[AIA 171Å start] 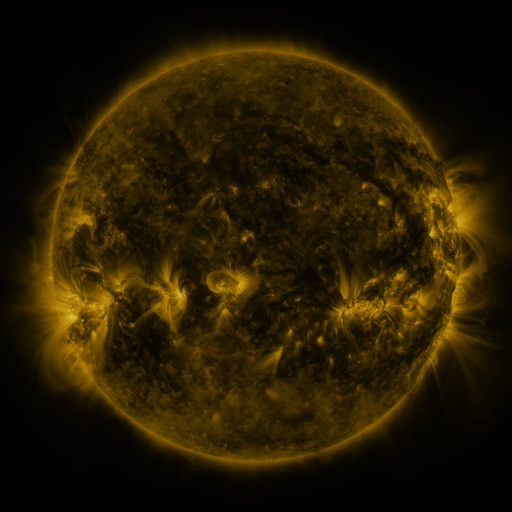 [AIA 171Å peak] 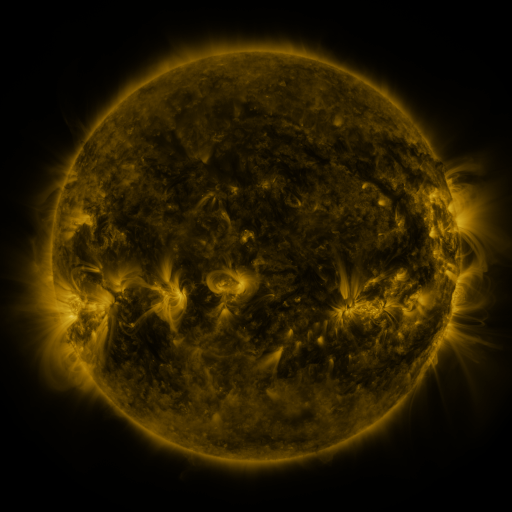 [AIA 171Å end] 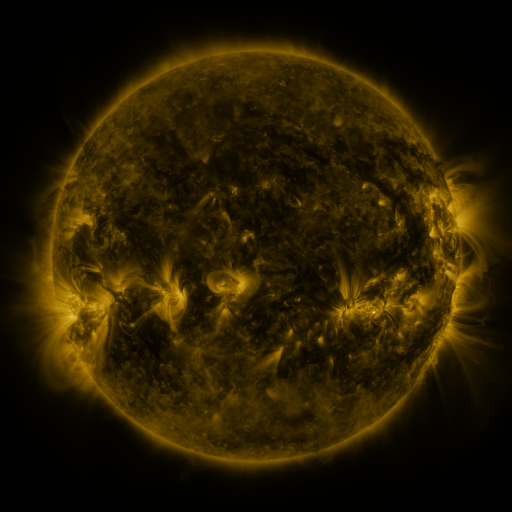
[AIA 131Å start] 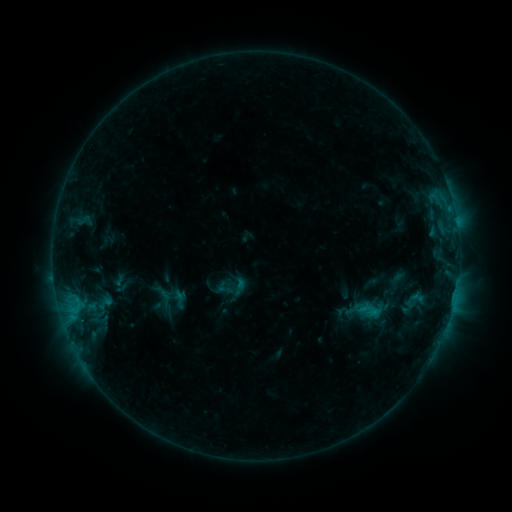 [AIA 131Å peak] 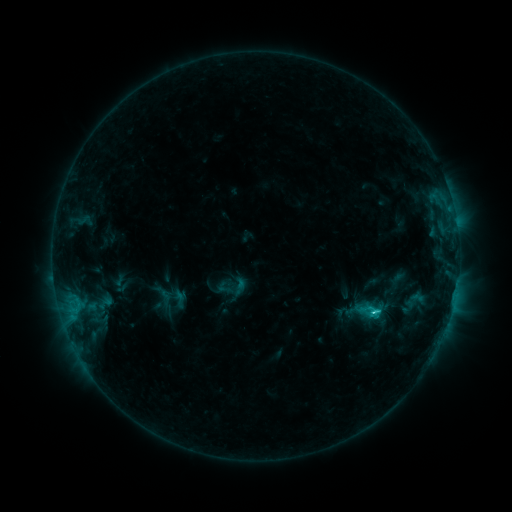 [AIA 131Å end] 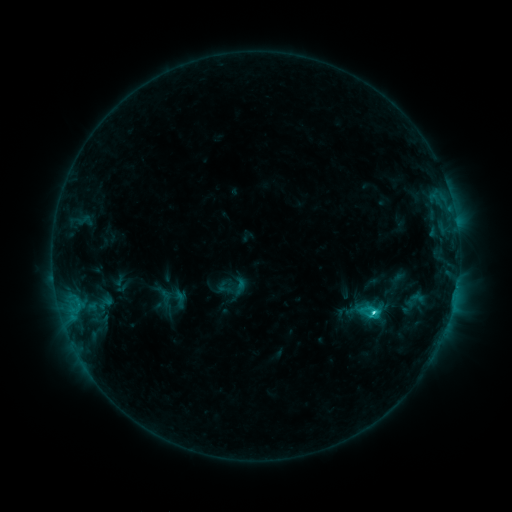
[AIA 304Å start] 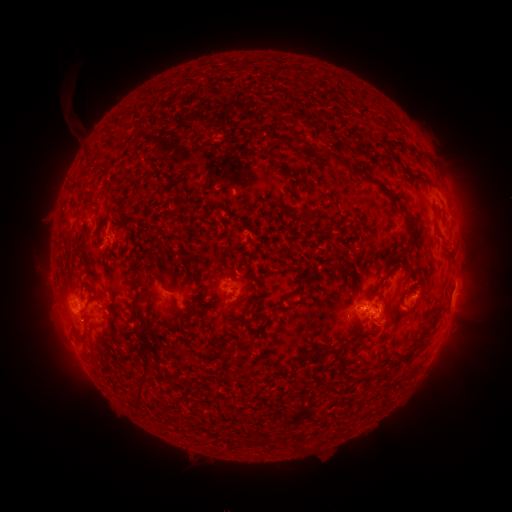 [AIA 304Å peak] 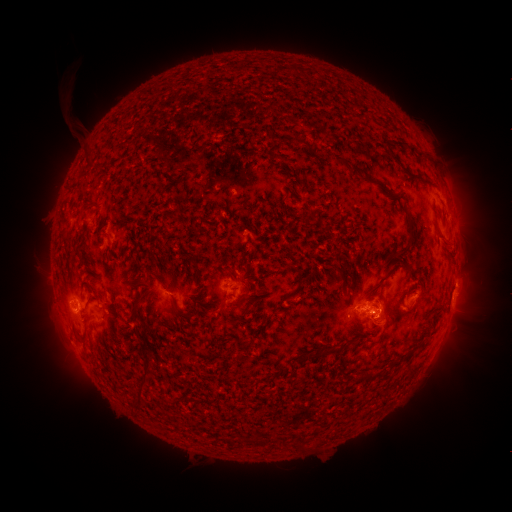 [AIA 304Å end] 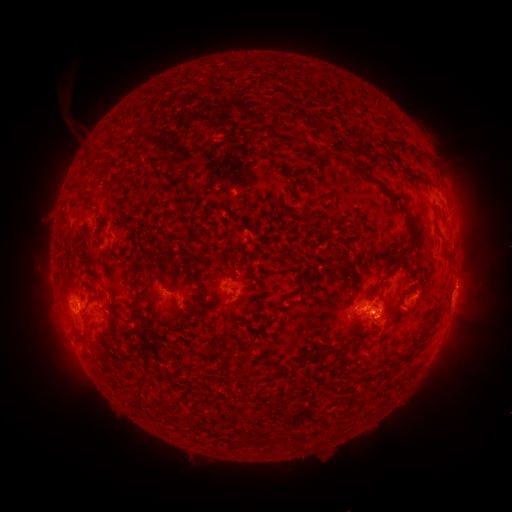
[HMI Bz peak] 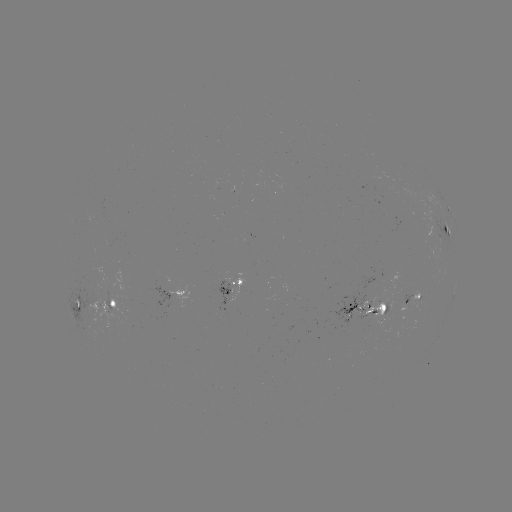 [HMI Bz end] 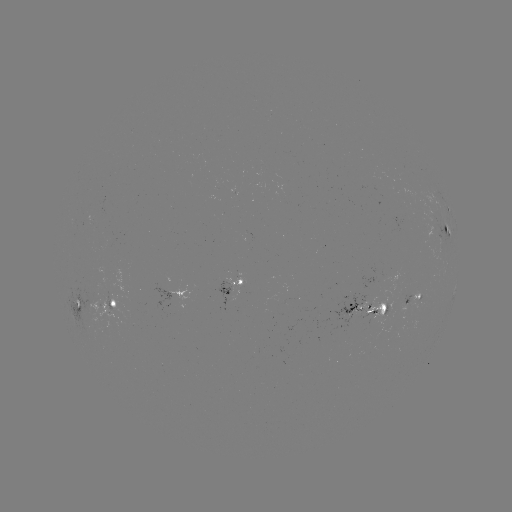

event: flare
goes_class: C3.5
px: (373, 311)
